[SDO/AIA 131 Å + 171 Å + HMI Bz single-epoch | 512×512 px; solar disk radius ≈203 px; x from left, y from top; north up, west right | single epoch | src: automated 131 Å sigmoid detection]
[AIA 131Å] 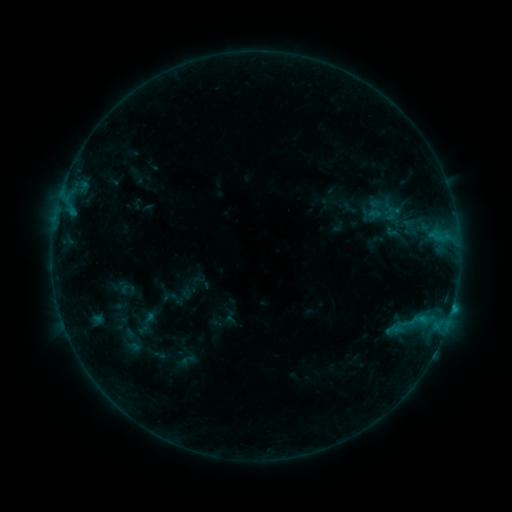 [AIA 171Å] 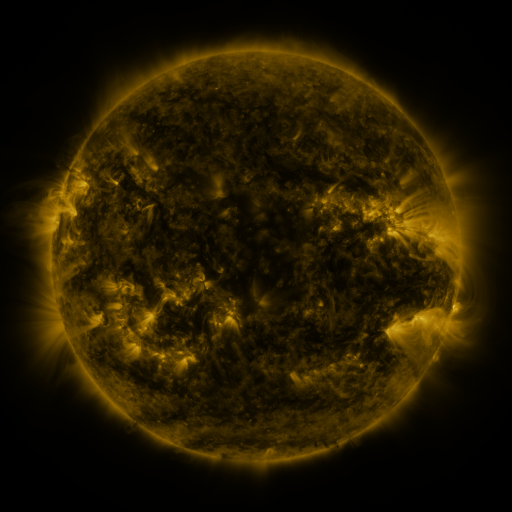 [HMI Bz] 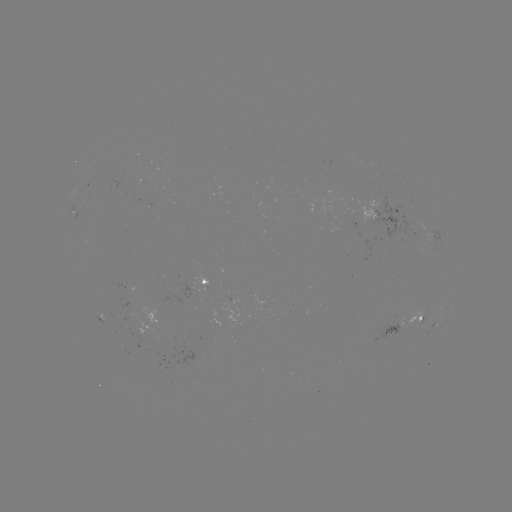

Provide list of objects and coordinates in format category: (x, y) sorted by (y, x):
sigmoid: (386, 212)
